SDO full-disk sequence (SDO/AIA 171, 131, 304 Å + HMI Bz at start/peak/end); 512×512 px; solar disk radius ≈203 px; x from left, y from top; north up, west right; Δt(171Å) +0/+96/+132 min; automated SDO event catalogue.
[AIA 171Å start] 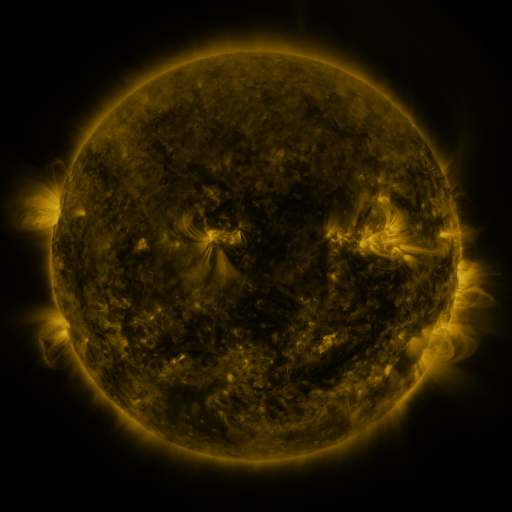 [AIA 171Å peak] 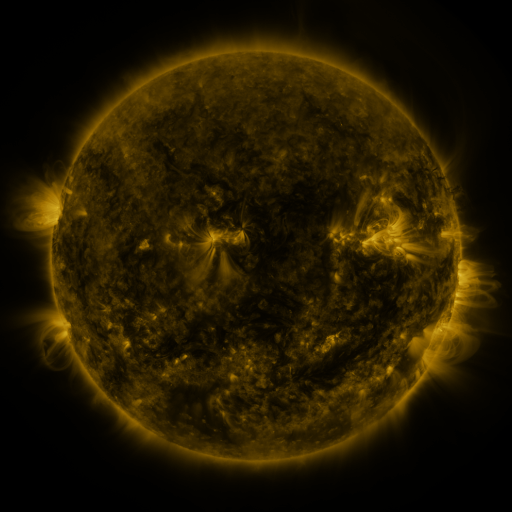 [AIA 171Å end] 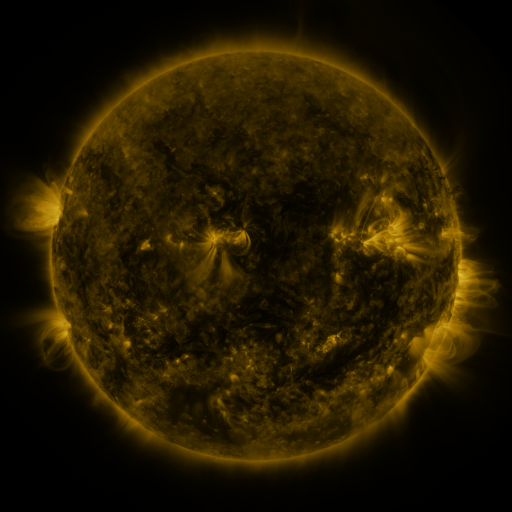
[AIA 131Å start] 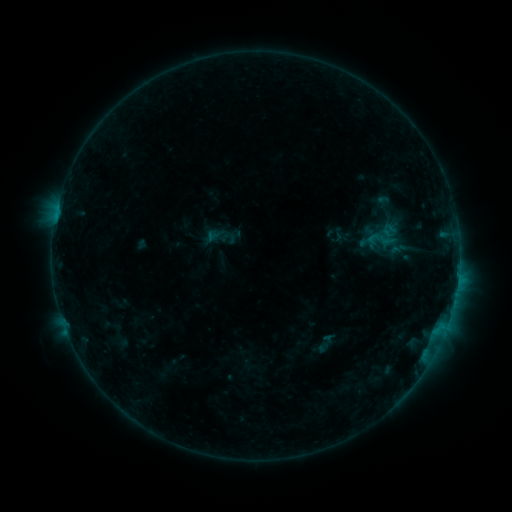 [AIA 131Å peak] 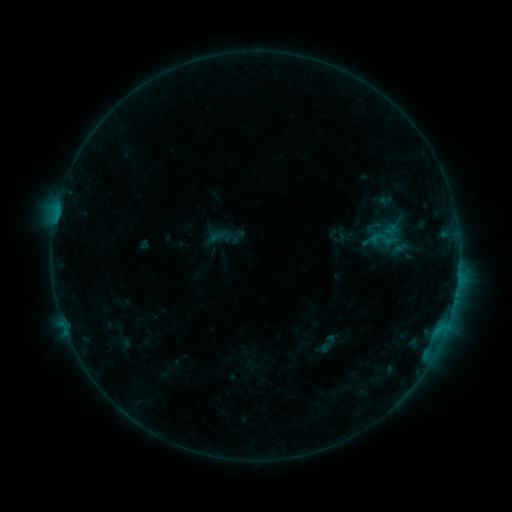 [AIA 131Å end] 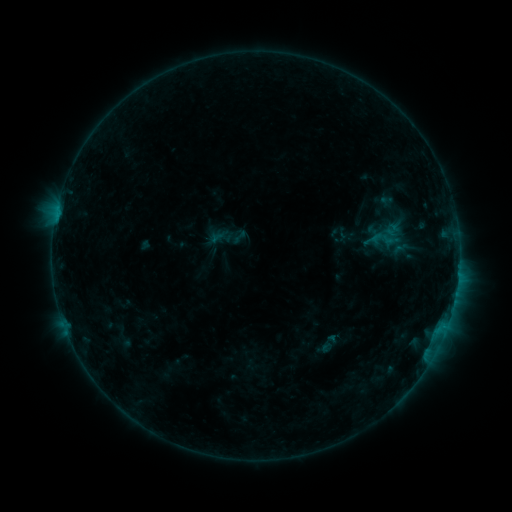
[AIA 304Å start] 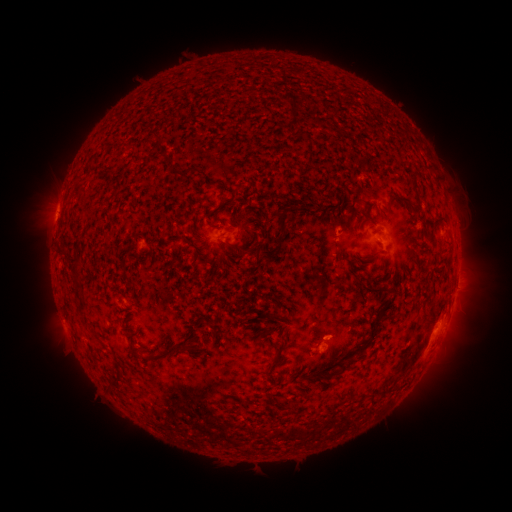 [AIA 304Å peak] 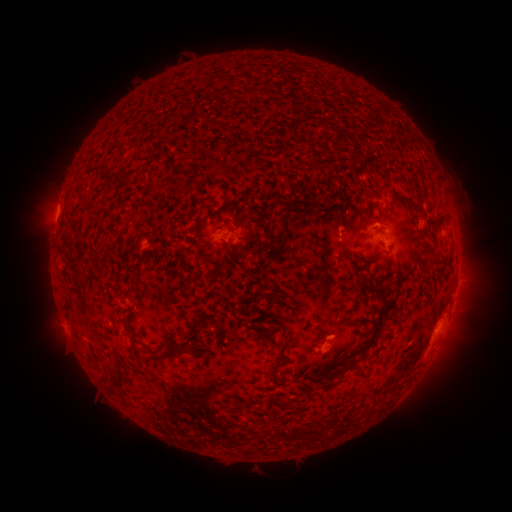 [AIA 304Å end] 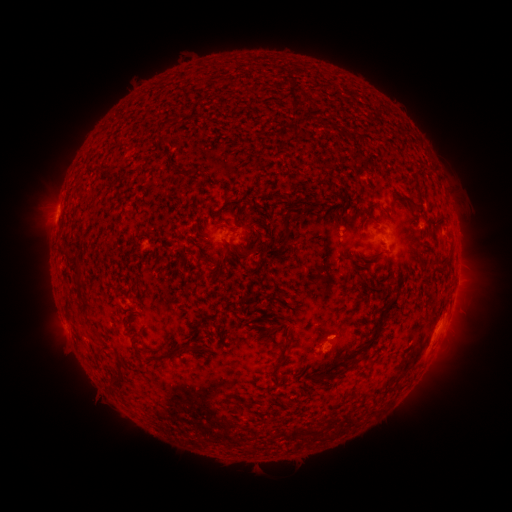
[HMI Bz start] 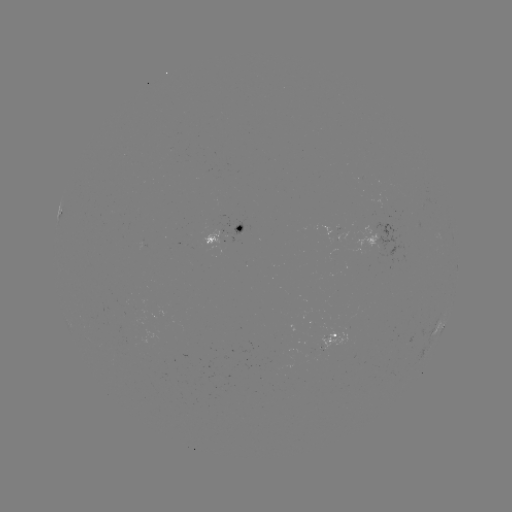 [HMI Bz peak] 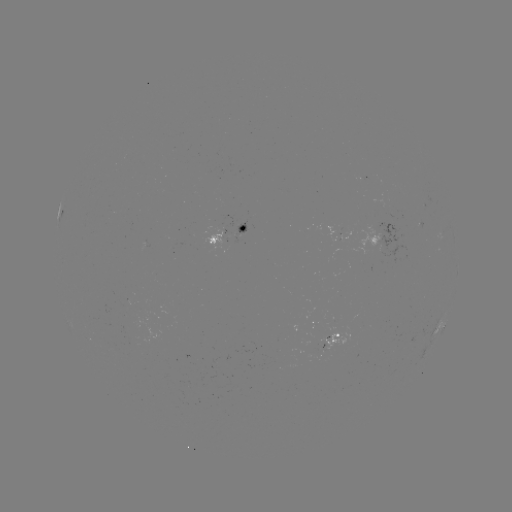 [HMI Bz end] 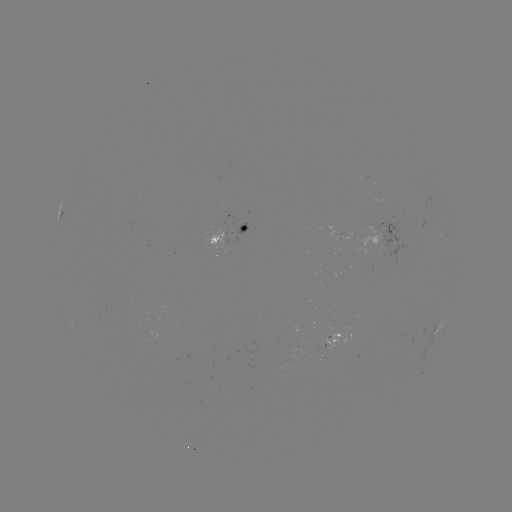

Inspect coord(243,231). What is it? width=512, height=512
emerging-flux region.